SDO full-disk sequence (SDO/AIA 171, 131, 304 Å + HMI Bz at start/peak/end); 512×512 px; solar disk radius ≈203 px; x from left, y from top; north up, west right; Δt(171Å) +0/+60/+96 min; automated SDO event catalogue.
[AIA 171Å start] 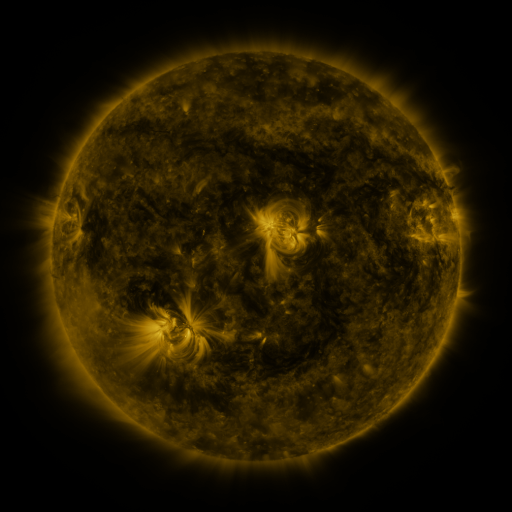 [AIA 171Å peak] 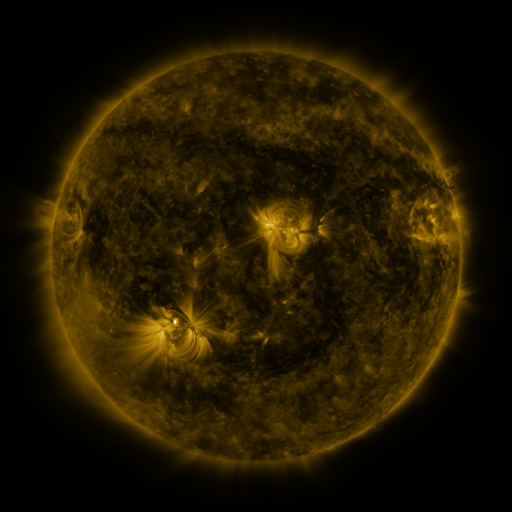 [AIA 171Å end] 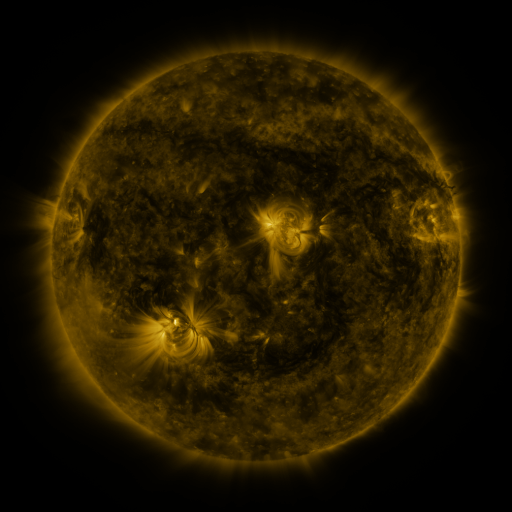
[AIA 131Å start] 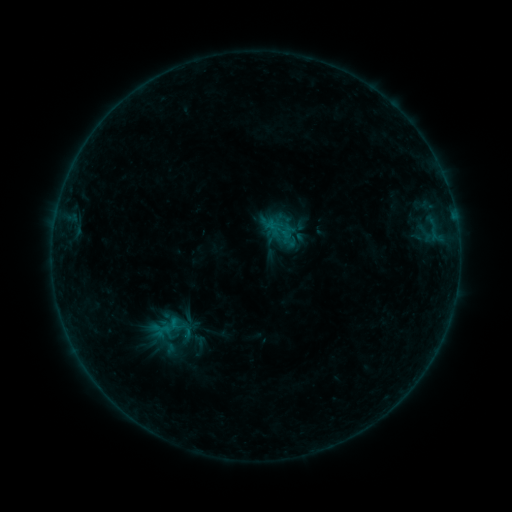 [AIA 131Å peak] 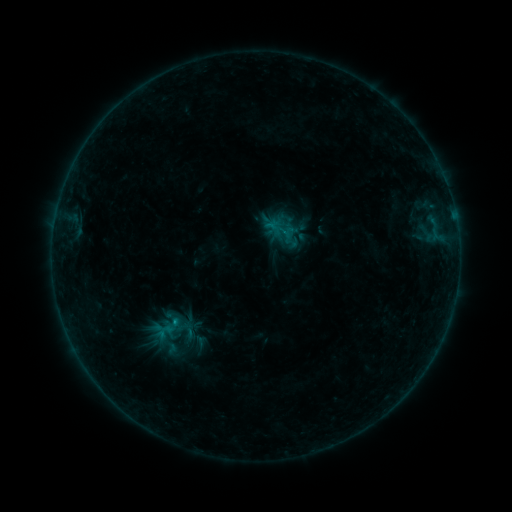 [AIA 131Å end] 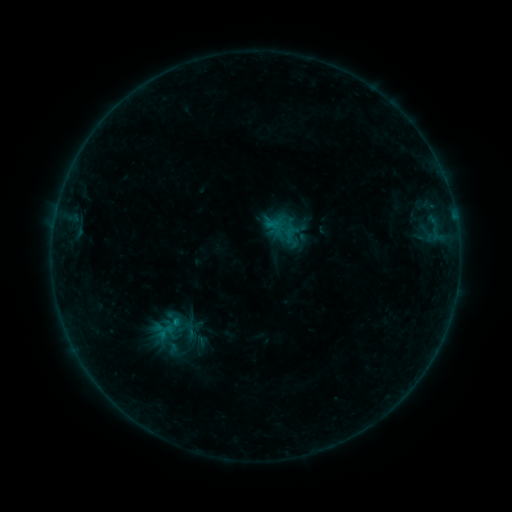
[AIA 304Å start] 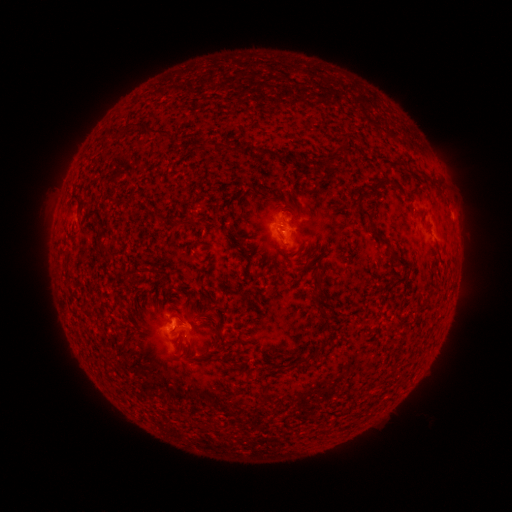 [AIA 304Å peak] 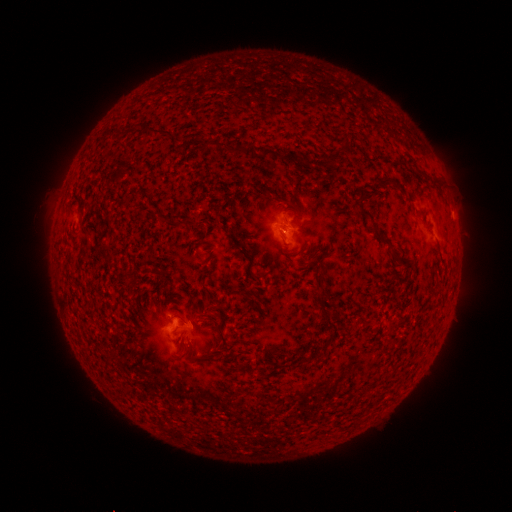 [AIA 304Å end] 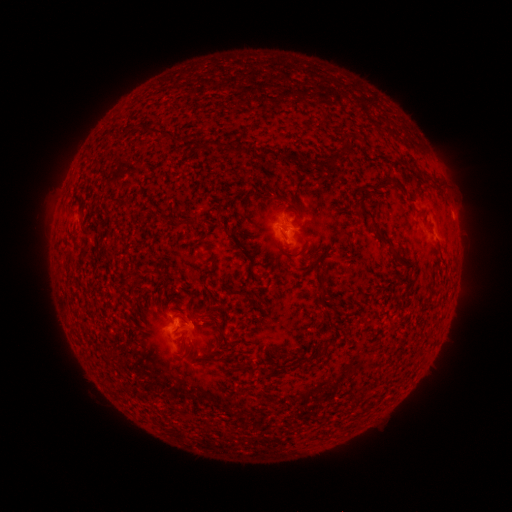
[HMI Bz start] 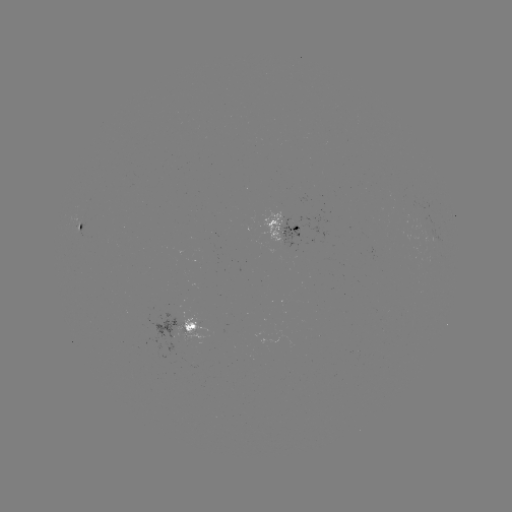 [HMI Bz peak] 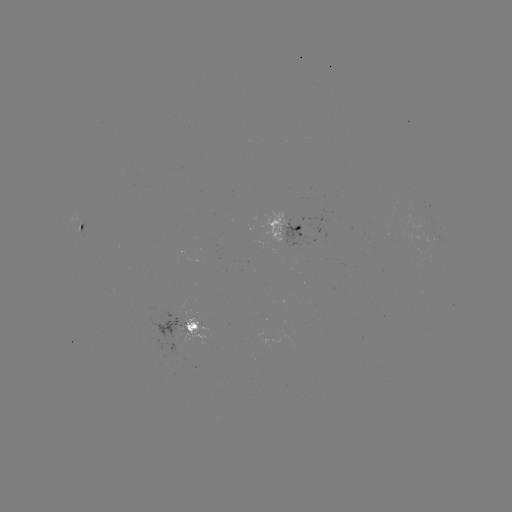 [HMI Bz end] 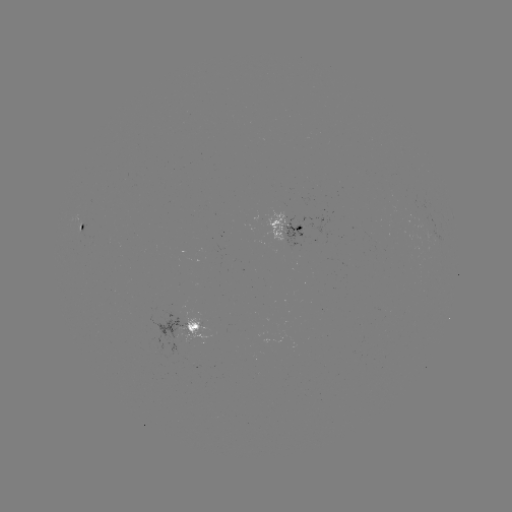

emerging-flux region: (402, 198, 422, 220)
